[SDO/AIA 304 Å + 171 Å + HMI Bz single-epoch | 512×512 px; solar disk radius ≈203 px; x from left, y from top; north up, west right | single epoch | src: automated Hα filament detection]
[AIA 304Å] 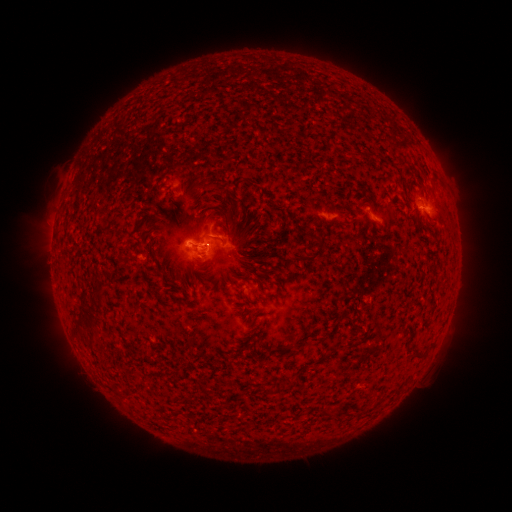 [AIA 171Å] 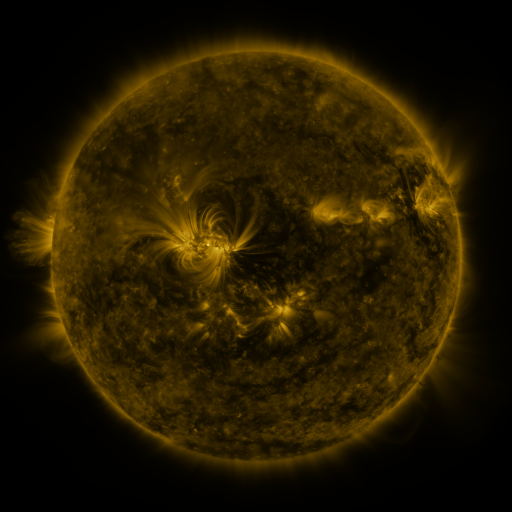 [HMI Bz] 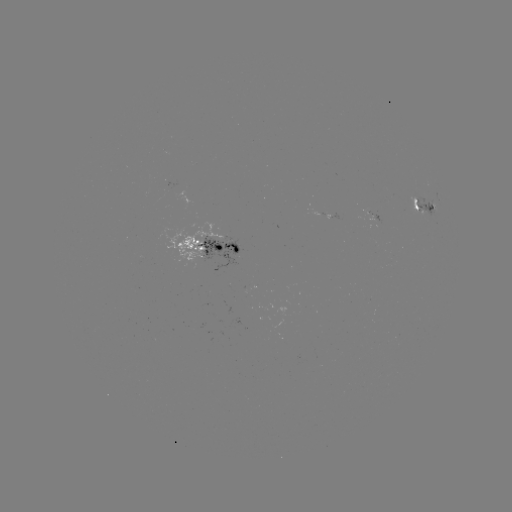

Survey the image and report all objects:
filament: (218, 187)
filament: (318, 250)
filament: (163, 275)
filament: (330, 349)
filament: (418, 357)
filament: (263, 390)
